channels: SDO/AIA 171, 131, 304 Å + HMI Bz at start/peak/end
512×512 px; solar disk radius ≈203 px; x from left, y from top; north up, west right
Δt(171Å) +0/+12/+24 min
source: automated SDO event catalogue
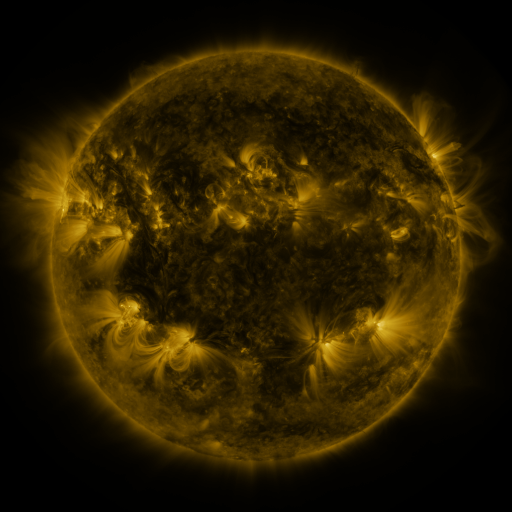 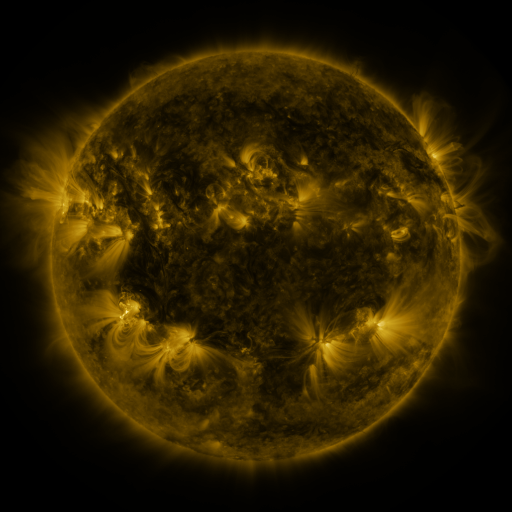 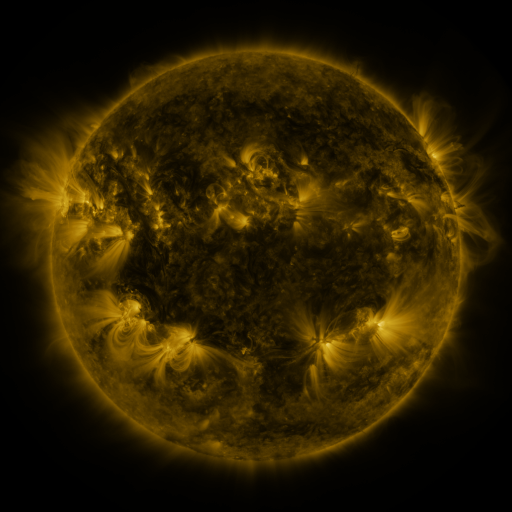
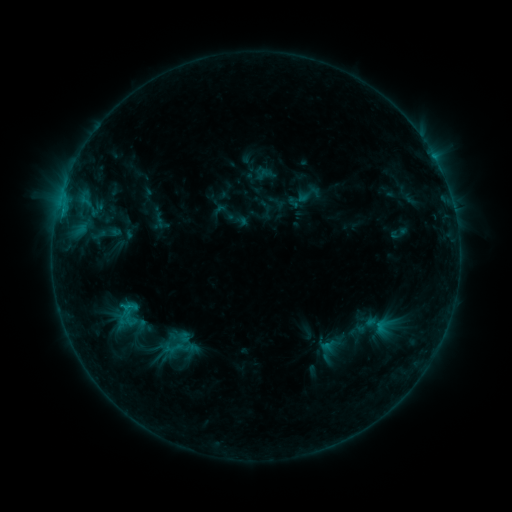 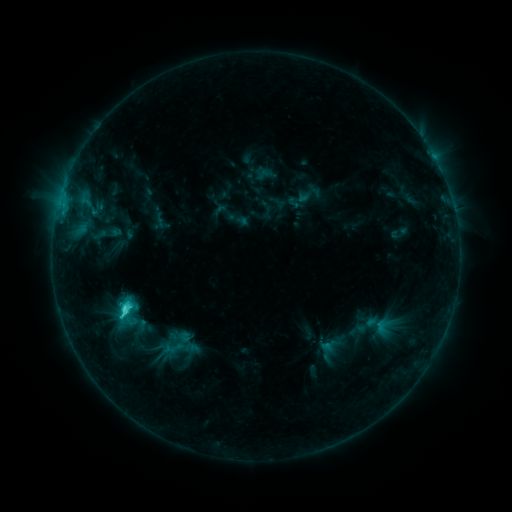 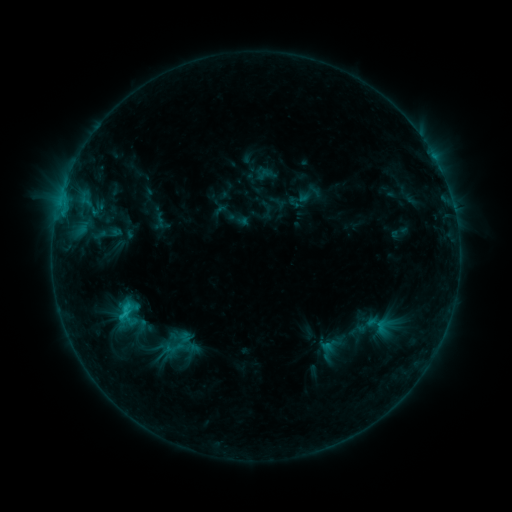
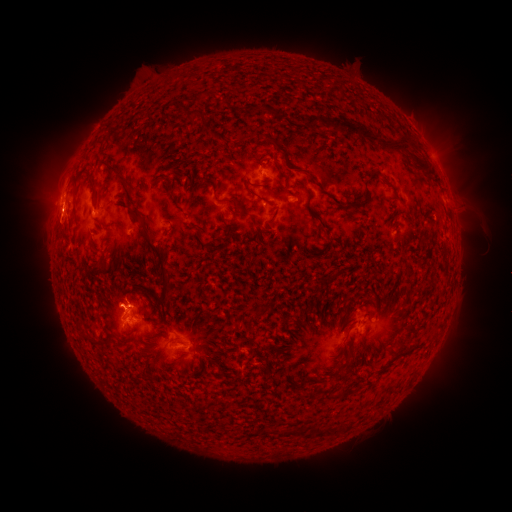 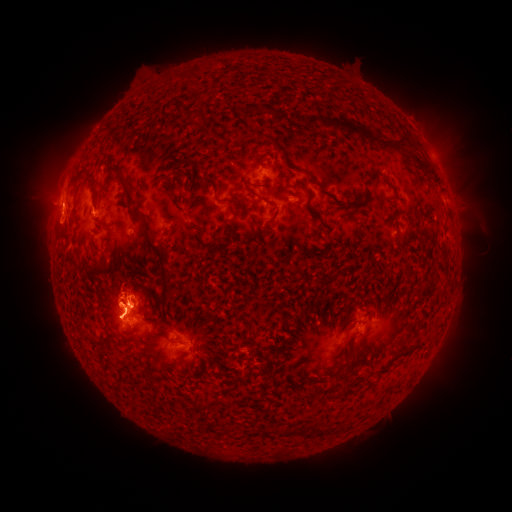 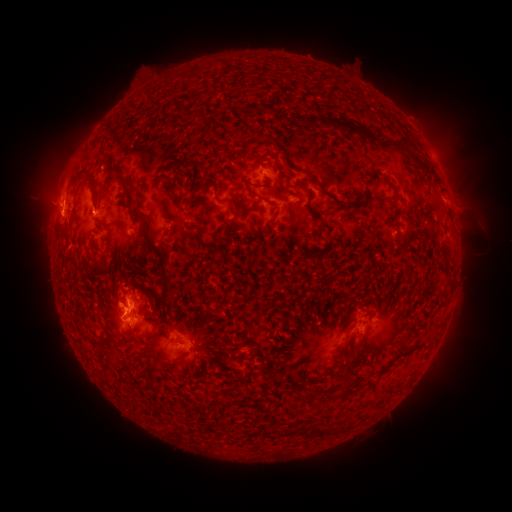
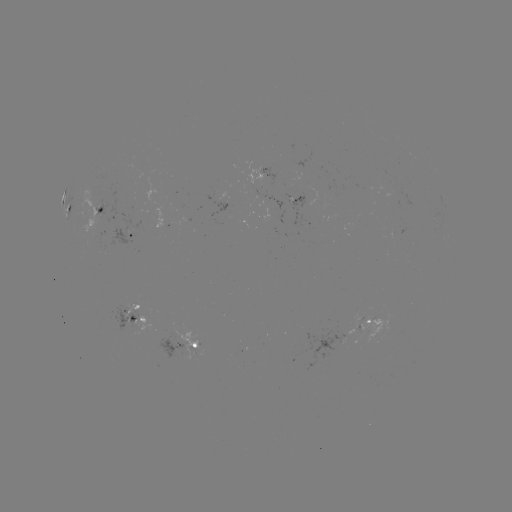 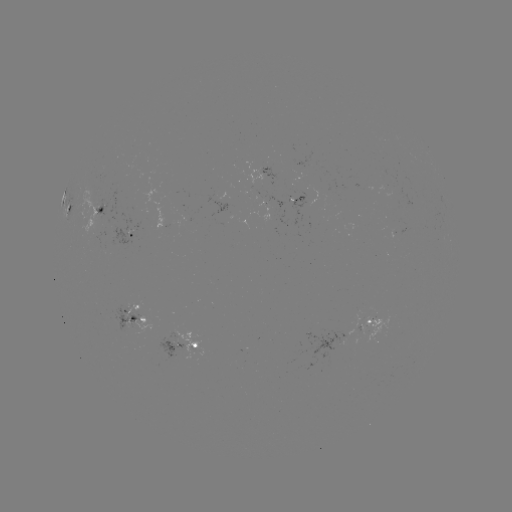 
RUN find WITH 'C3.0 flare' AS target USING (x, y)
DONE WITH (125, 307) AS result